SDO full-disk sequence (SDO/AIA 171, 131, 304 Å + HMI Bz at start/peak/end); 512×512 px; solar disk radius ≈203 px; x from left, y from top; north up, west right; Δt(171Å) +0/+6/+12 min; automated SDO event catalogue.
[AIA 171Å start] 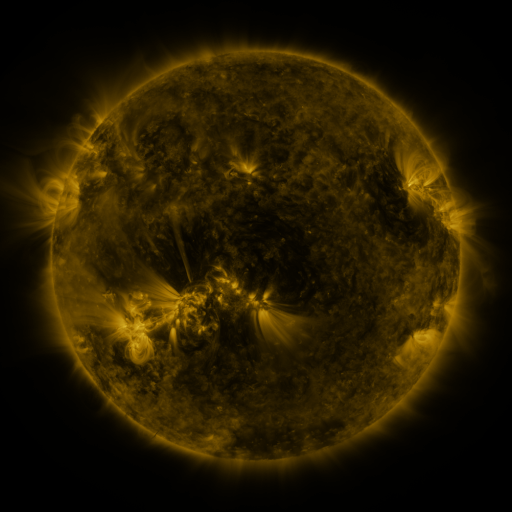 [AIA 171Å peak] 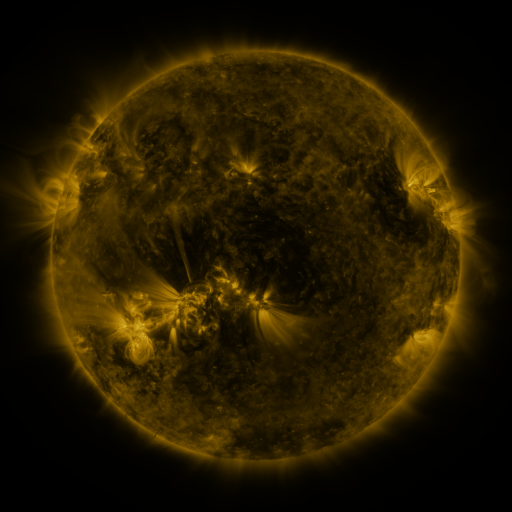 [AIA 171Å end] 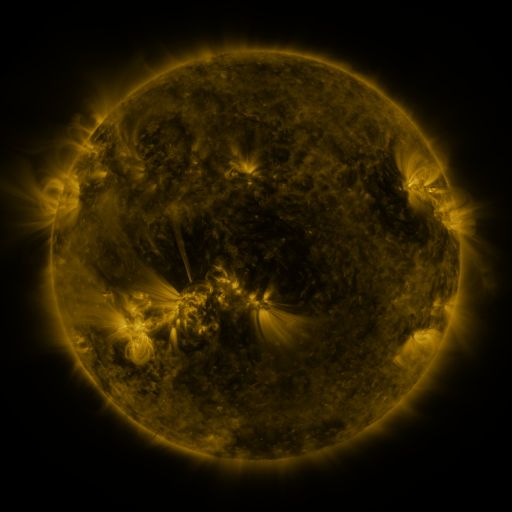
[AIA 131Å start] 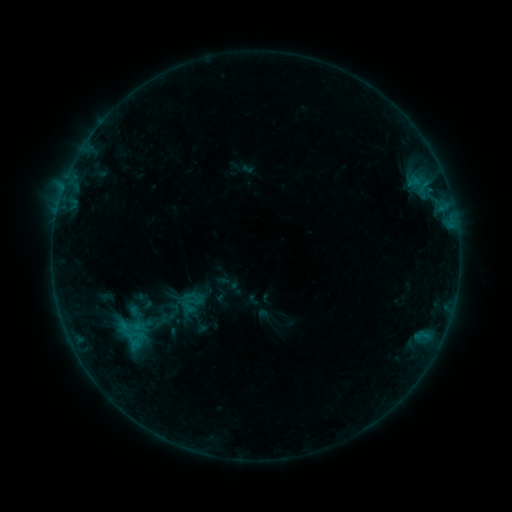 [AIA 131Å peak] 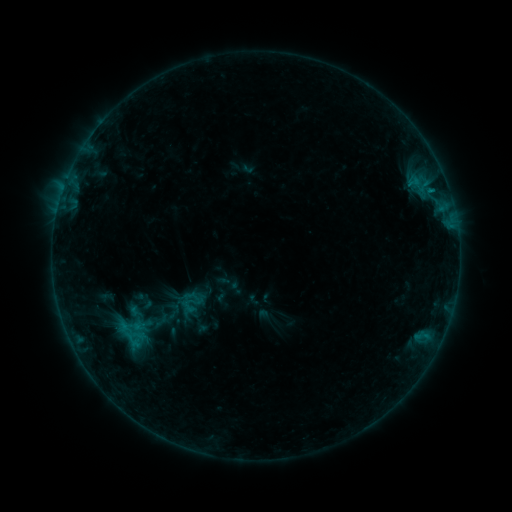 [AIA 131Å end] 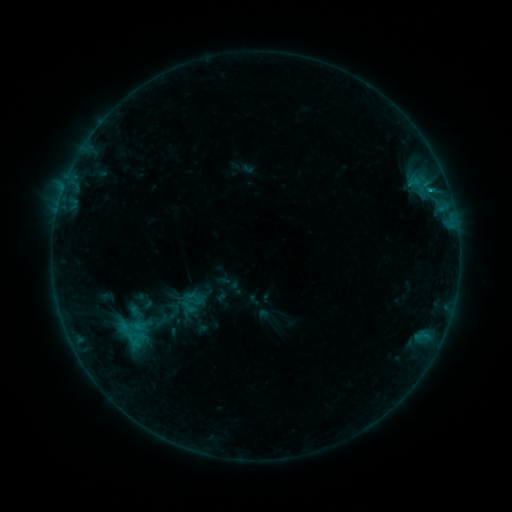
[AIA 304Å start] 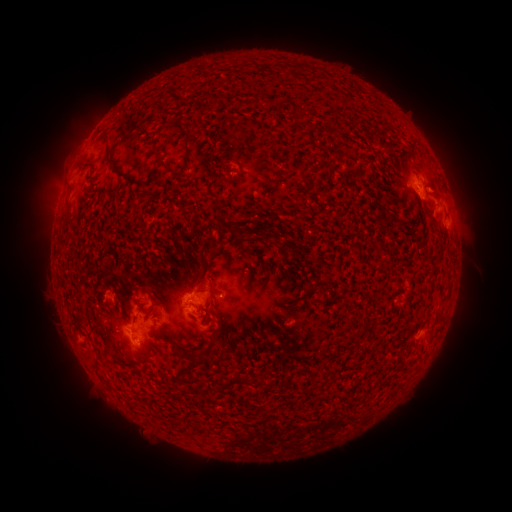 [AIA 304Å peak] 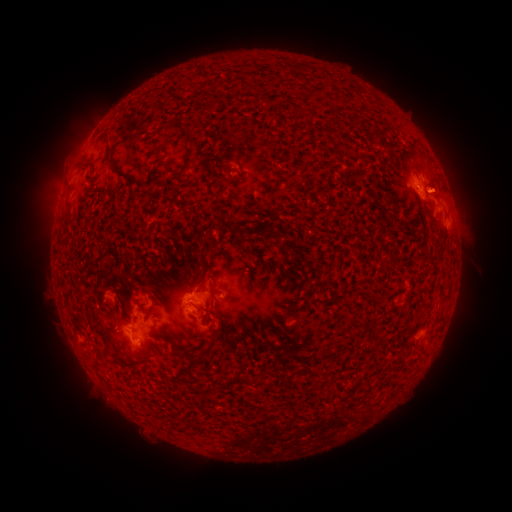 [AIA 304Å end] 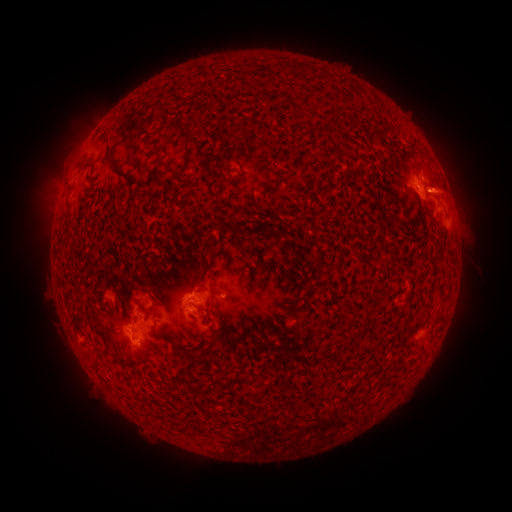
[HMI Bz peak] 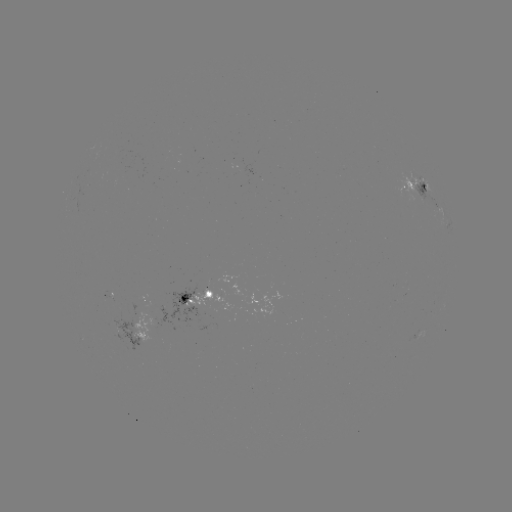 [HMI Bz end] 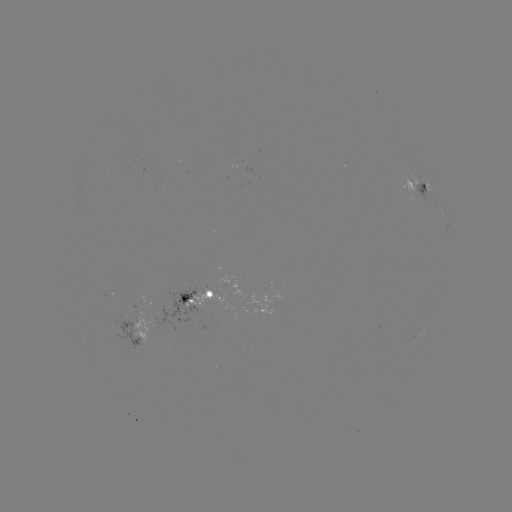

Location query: B6.7 flare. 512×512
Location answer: (431, 192).